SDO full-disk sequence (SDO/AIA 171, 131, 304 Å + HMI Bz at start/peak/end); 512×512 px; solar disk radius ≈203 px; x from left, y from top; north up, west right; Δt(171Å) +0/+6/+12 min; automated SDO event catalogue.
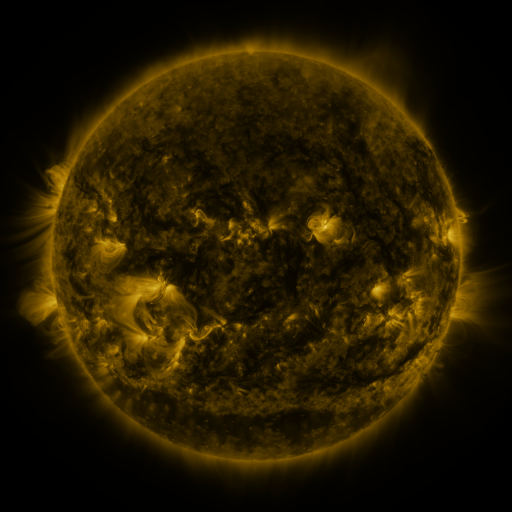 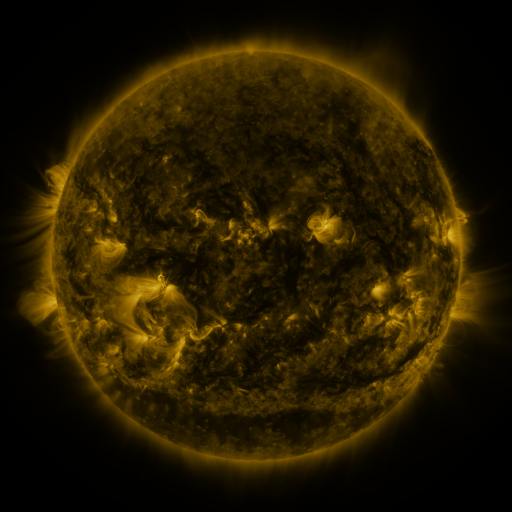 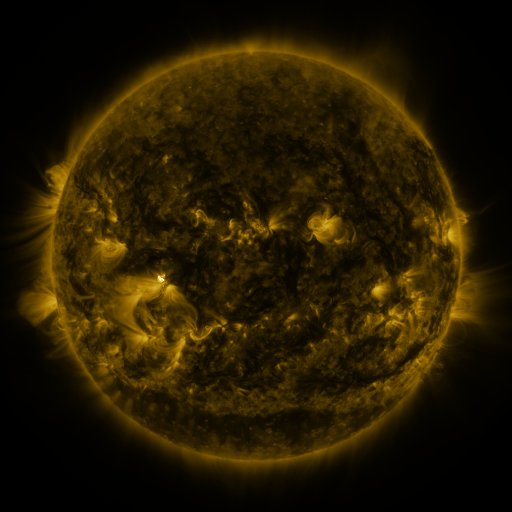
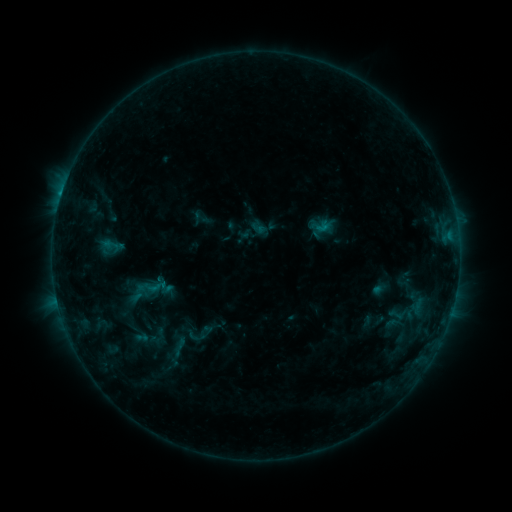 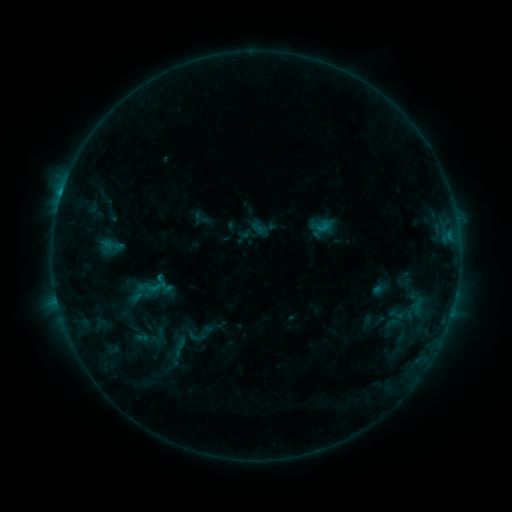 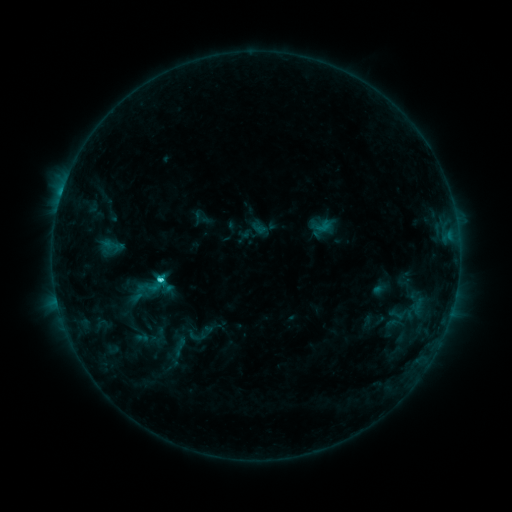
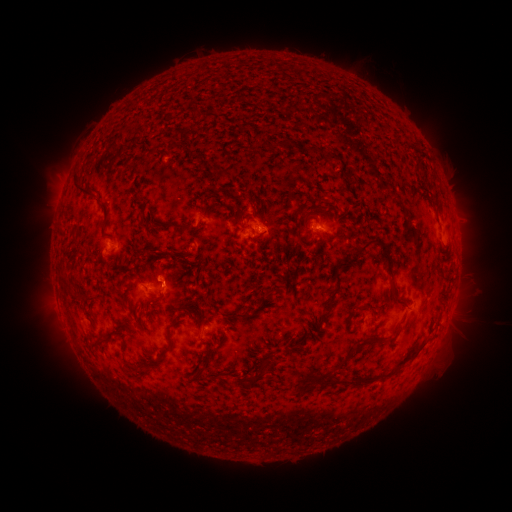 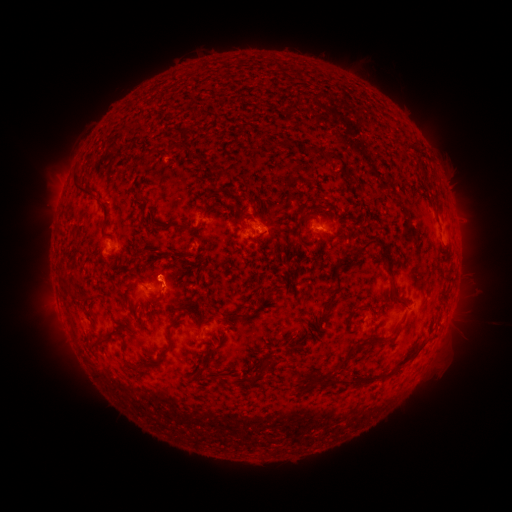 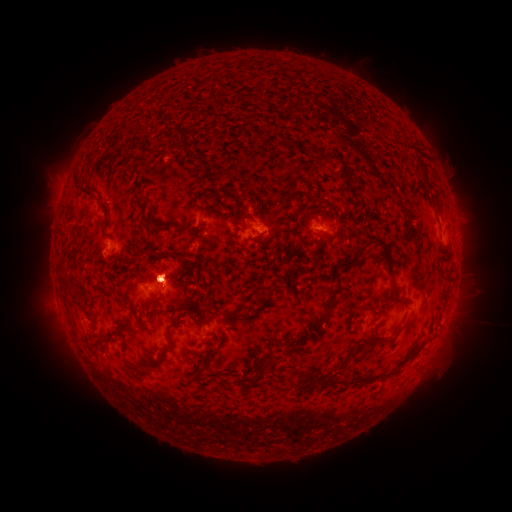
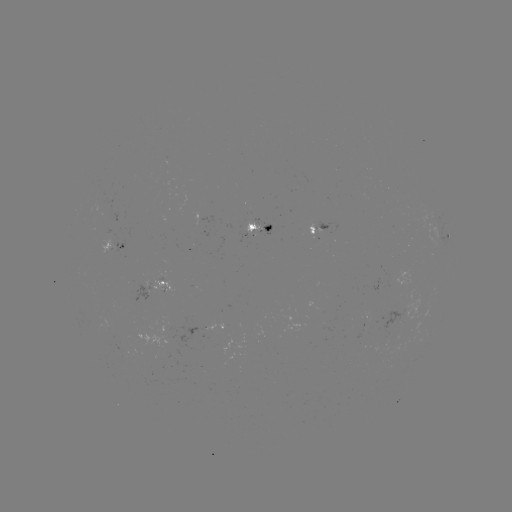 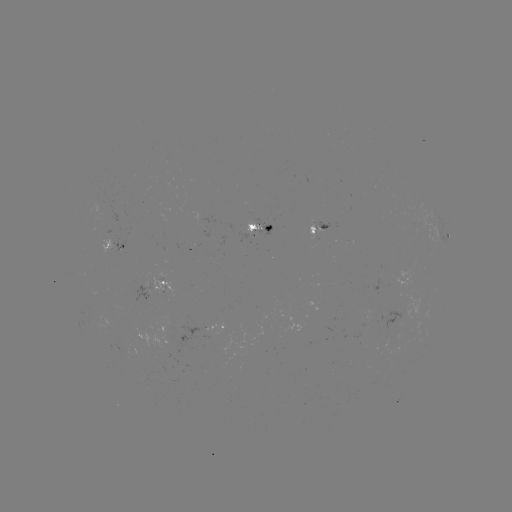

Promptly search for C3.5 flare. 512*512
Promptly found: [160, 276].